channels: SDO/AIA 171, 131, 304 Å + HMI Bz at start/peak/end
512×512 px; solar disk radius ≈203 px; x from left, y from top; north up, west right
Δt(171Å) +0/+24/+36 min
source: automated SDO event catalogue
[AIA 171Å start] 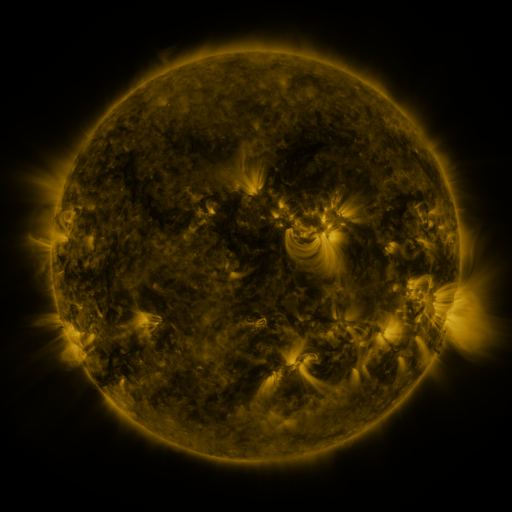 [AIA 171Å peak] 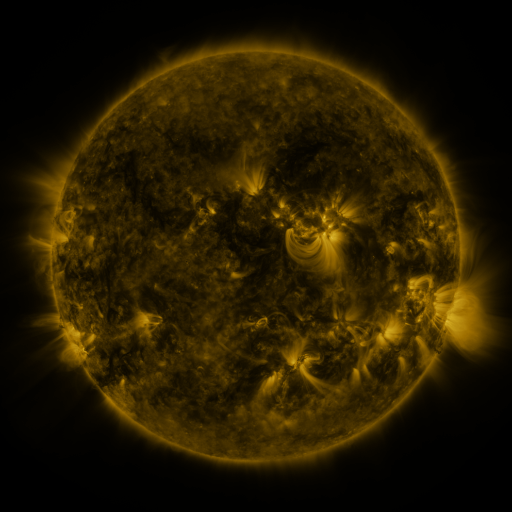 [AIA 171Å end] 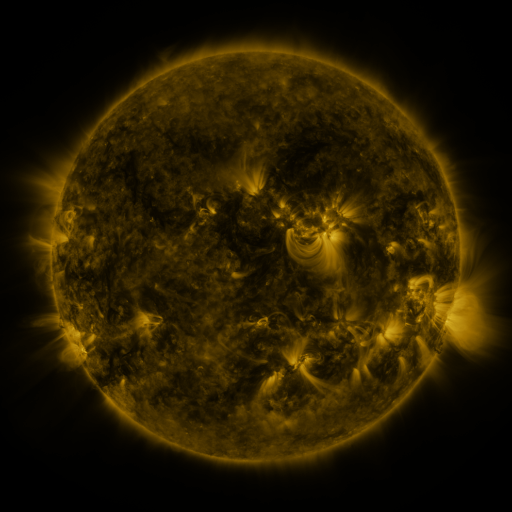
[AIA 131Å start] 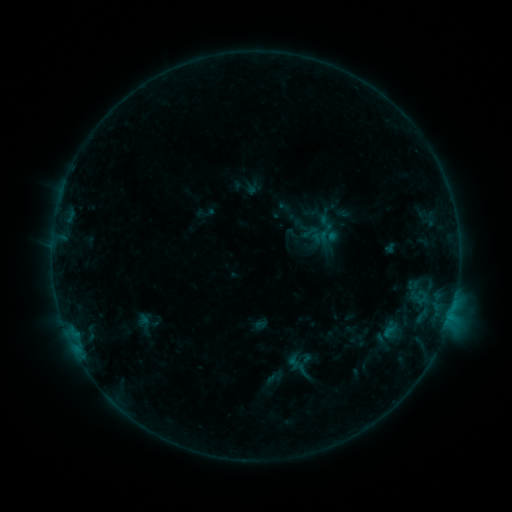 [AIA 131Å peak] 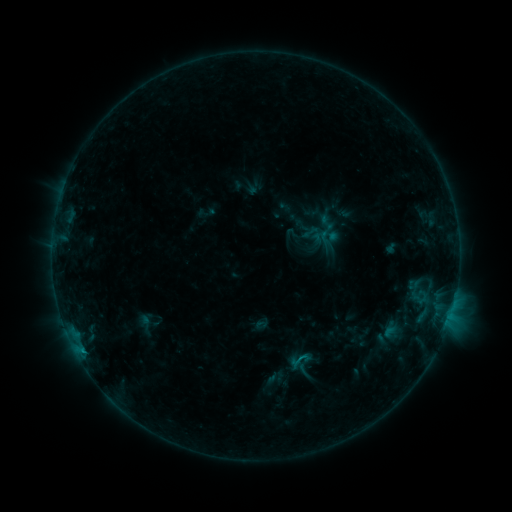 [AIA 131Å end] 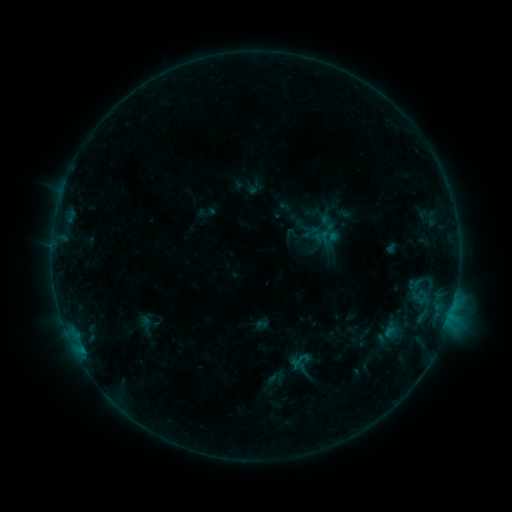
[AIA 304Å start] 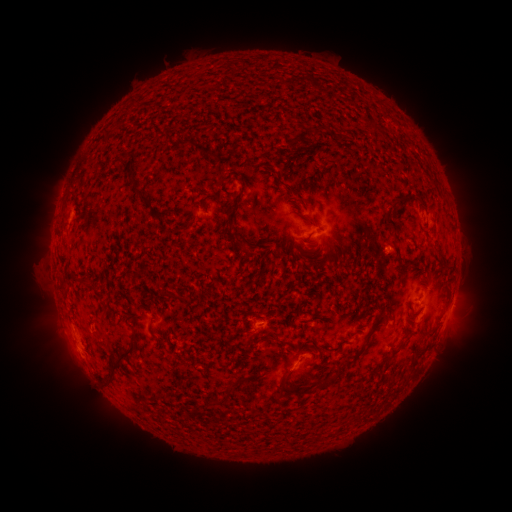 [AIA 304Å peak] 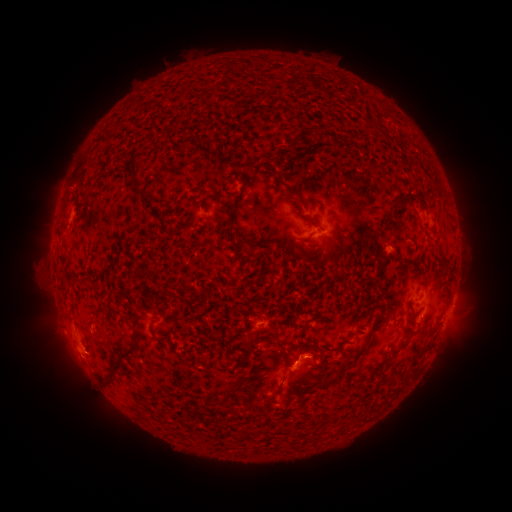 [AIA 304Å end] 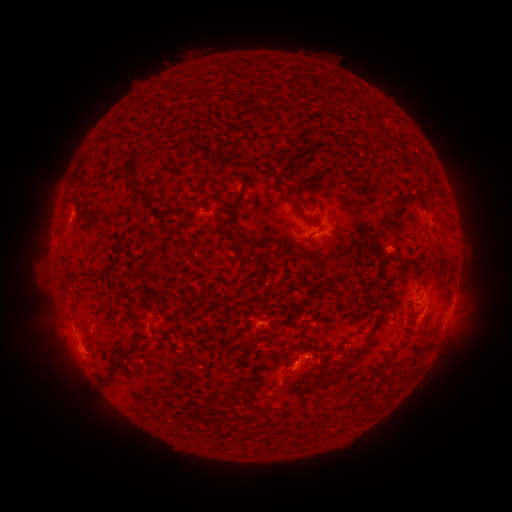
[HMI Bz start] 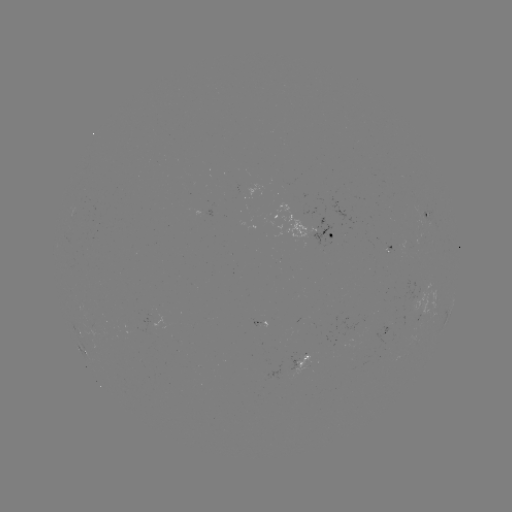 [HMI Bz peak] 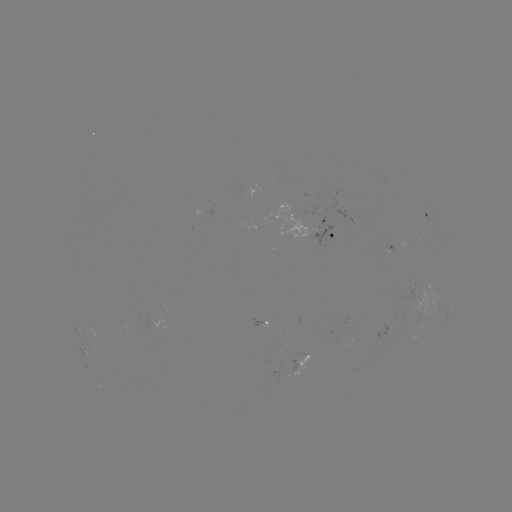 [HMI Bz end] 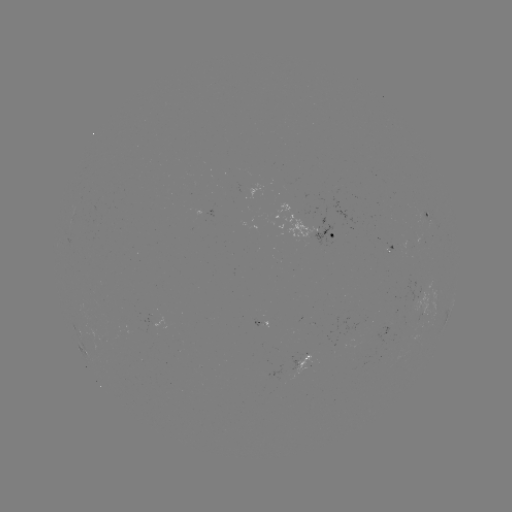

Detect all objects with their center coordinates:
B4.8 flare: (82, 348)
